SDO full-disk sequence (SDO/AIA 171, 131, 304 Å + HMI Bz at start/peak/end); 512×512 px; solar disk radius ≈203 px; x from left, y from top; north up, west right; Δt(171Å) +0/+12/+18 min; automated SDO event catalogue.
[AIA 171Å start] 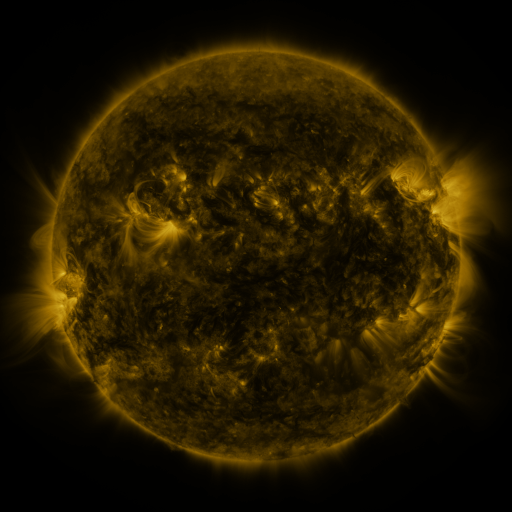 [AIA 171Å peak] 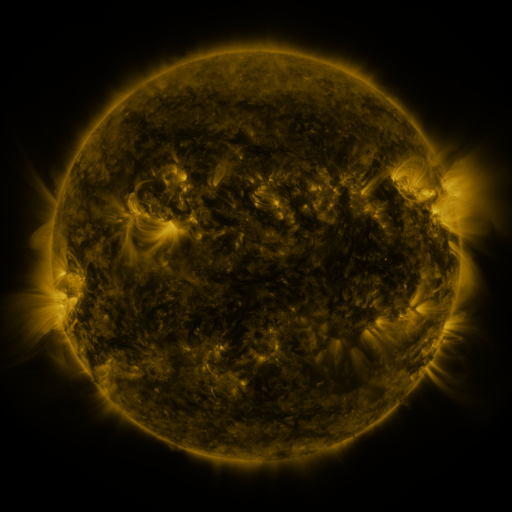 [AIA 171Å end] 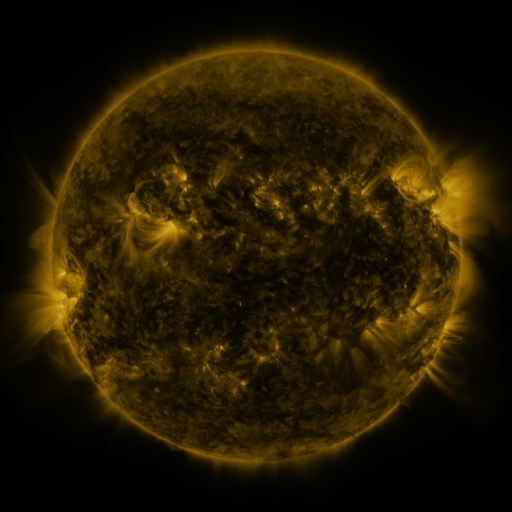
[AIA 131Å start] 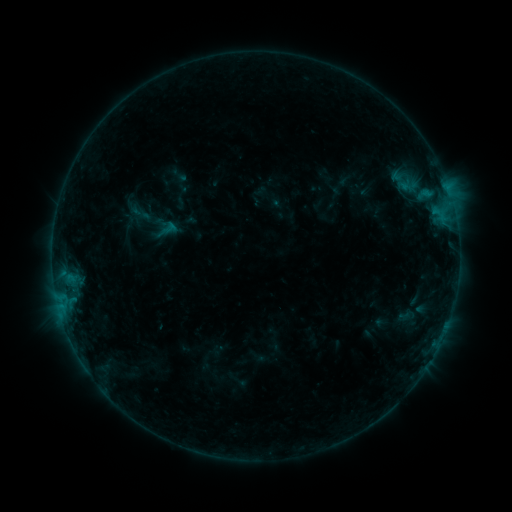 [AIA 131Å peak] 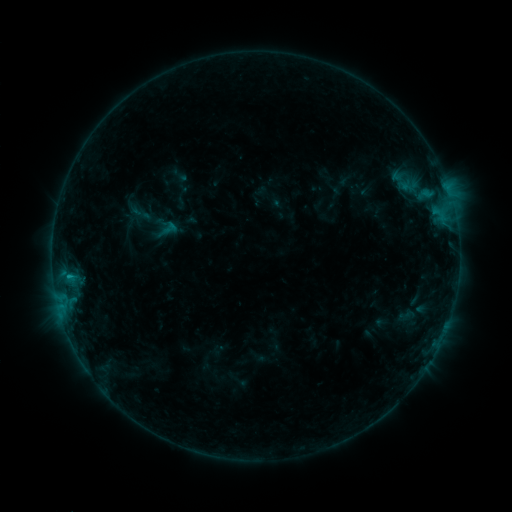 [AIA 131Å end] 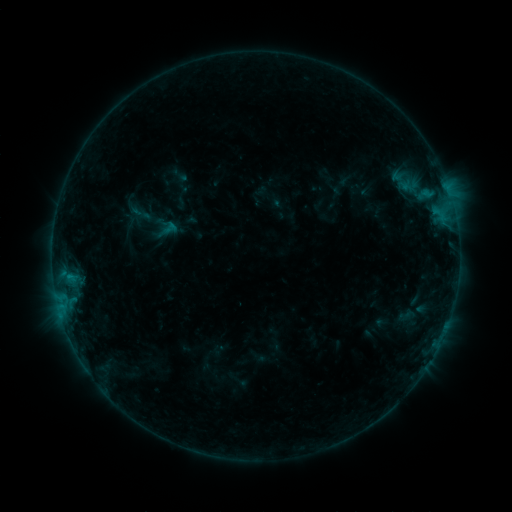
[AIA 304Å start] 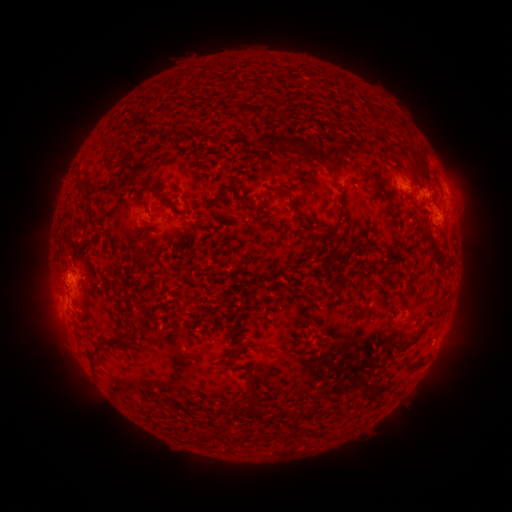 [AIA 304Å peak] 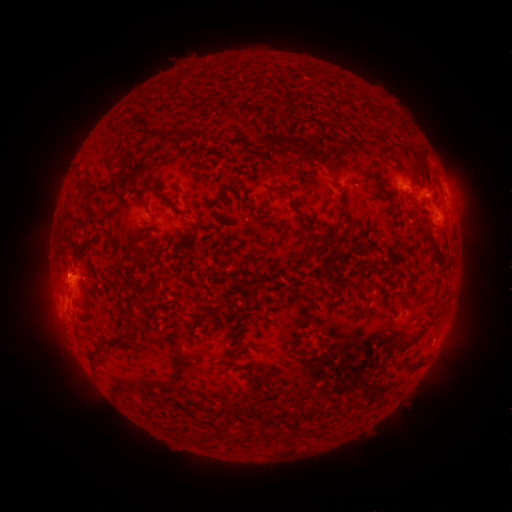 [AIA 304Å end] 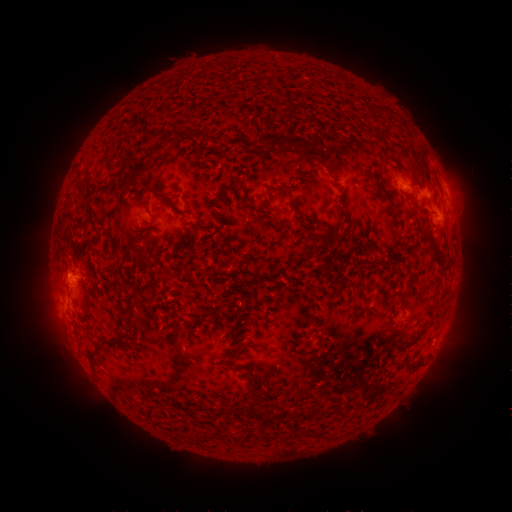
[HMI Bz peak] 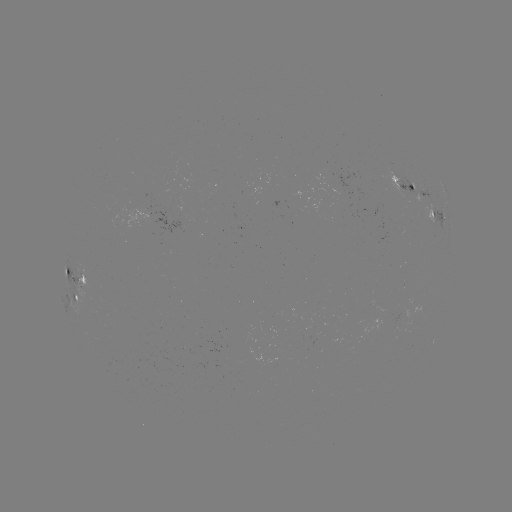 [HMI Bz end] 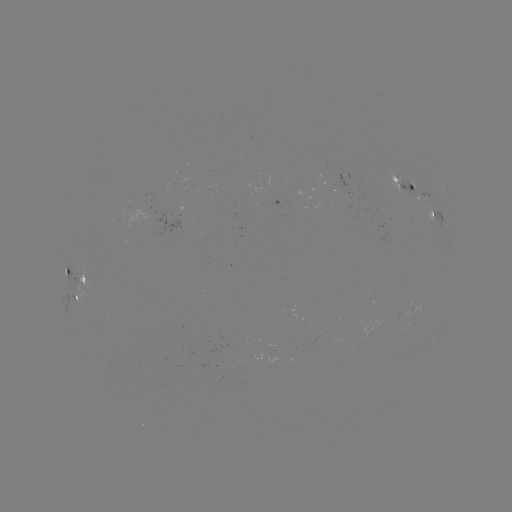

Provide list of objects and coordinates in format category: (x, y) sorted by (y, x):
B5.2 flare: (69, 275)
